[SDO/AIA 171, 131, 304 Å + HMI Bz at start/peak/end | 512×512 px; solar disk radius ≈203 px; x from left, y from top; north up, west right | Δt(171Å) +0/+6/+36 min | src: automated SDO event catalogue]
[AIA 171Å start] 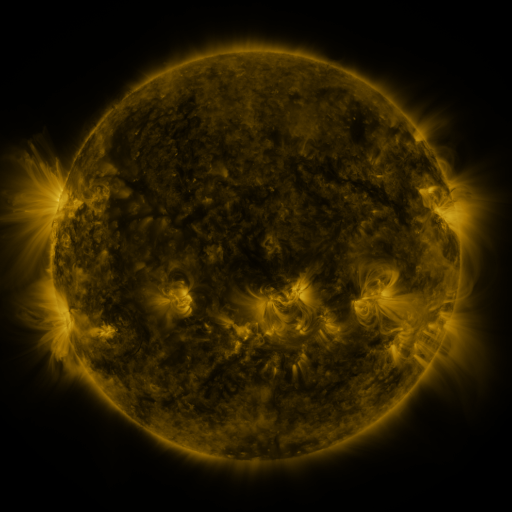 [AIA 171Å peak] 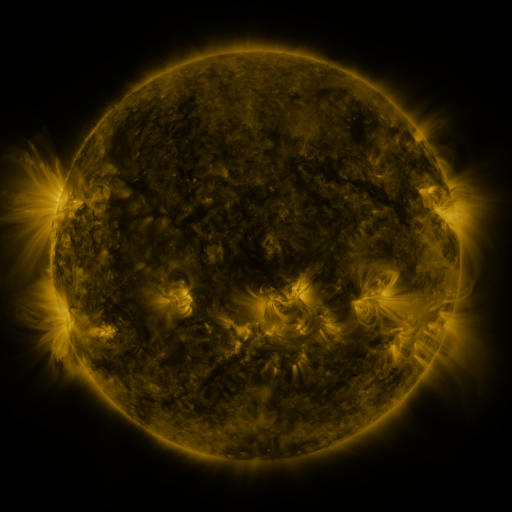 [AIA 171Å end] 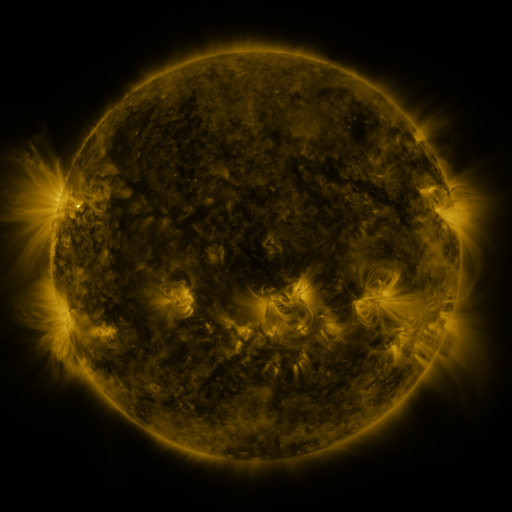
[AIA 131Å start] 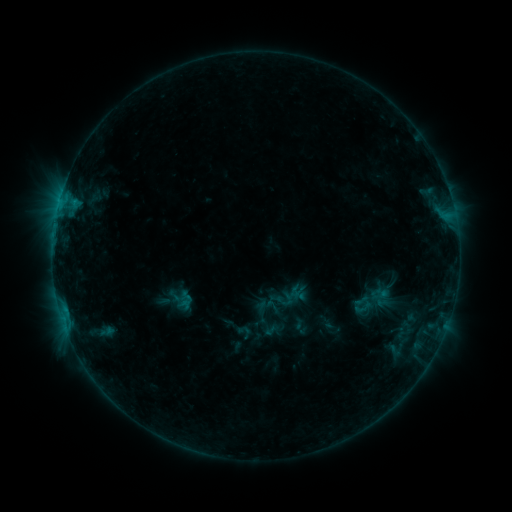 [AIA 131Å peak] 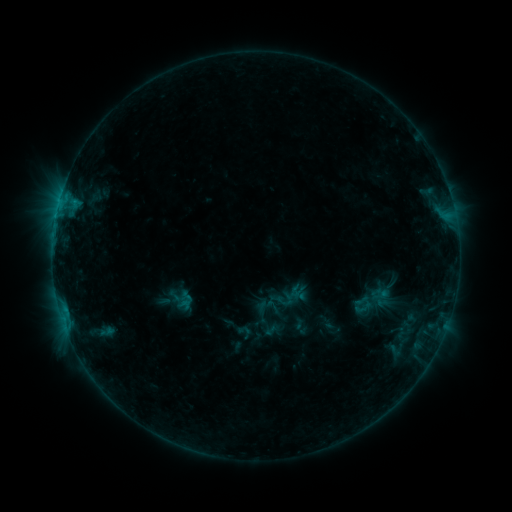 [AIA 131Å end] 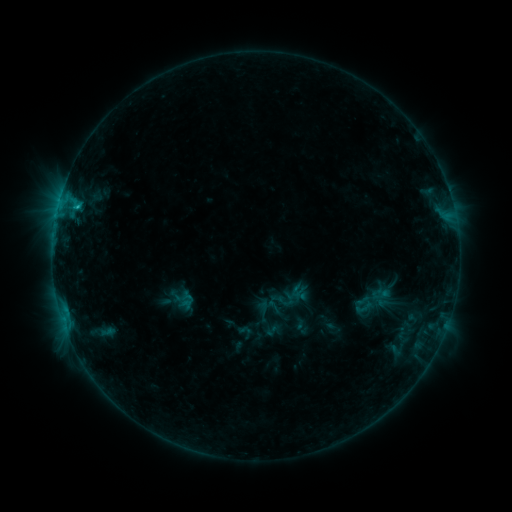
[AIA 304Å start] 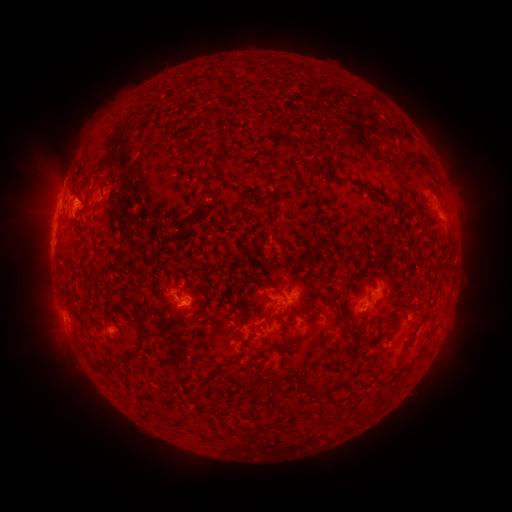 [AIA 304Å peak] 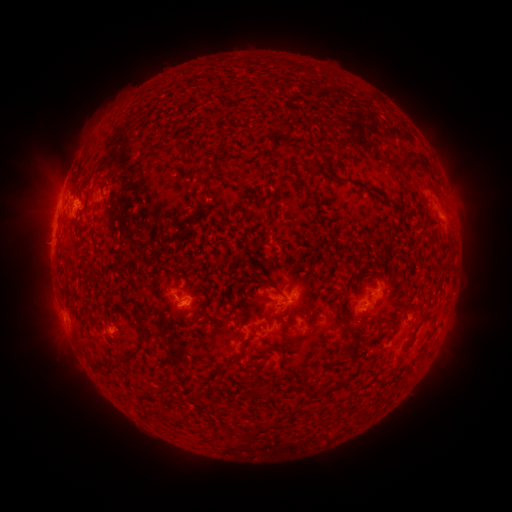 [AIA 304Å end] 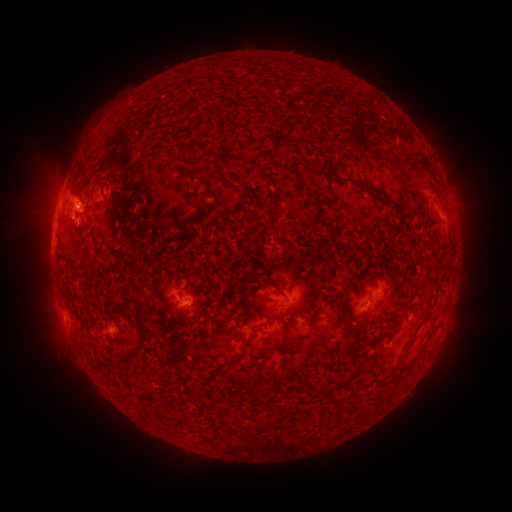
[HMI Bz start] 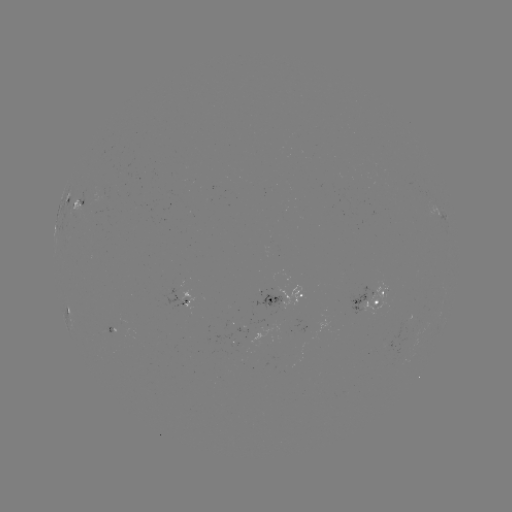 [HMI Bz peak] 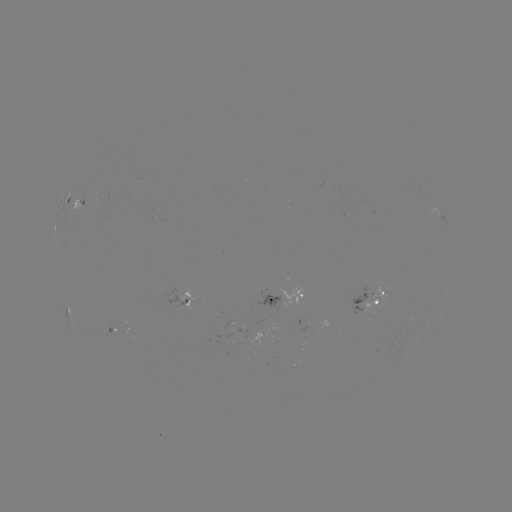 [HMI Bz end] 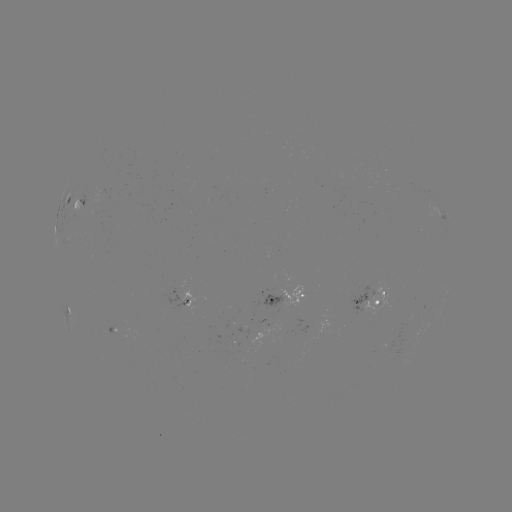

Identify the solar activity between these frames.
C1.3 flare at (56, 217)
